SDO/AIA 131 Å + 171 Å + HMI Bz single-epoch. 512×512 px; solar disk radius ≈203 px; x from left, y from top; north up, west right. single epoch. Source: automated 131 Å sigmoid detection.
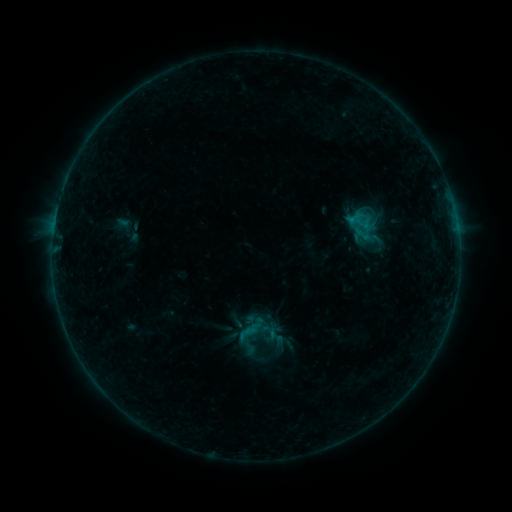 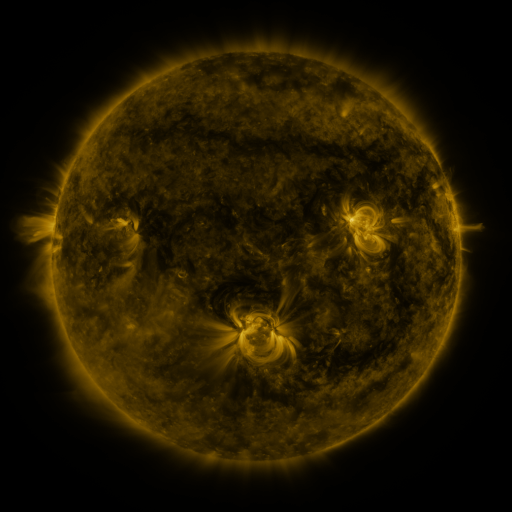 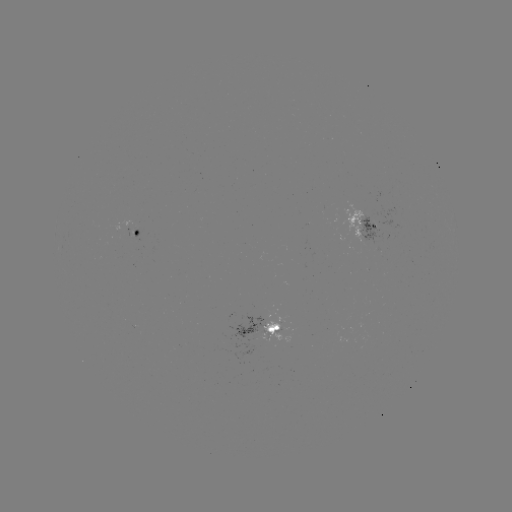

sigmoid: (268, 328, 283, 344)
